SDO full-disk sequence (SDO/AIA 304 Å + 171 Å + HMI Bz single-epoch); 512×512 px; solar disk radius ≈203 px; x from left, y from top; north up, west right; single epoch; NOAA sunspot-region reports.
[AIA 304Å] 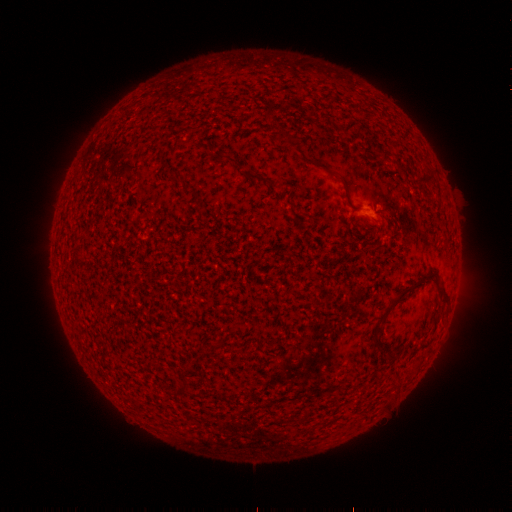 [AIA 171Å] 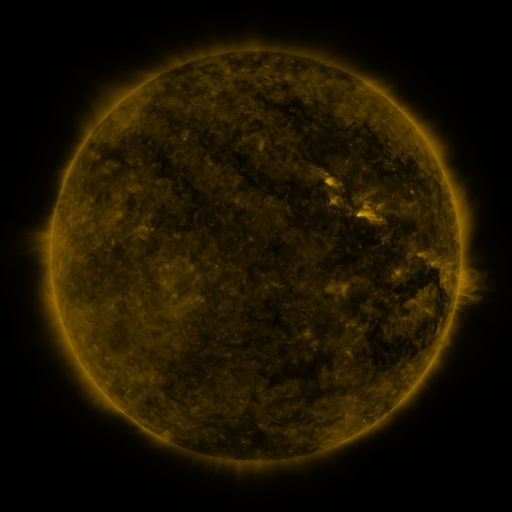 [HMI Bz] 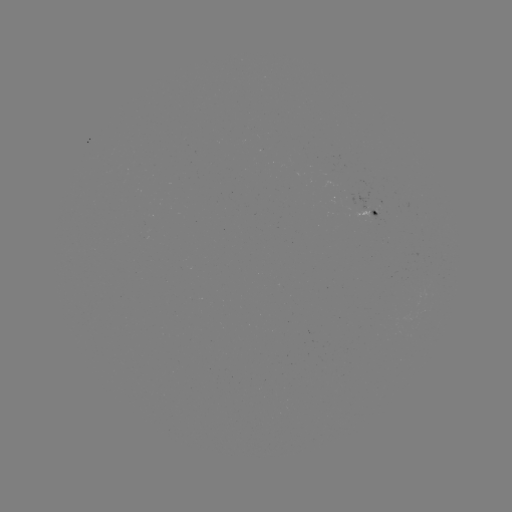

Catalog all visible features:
(none)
